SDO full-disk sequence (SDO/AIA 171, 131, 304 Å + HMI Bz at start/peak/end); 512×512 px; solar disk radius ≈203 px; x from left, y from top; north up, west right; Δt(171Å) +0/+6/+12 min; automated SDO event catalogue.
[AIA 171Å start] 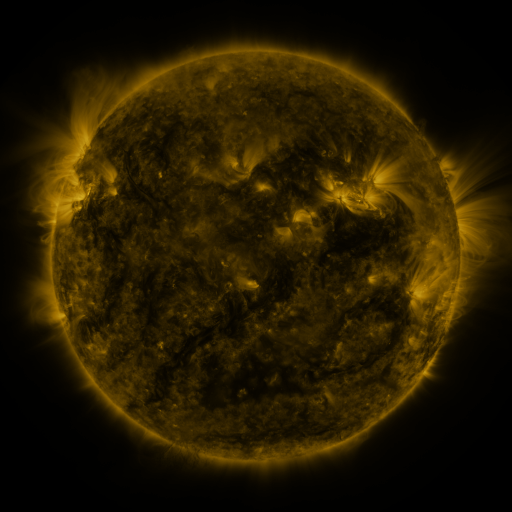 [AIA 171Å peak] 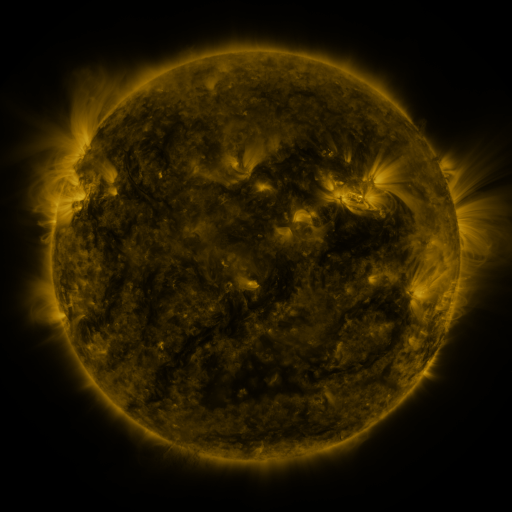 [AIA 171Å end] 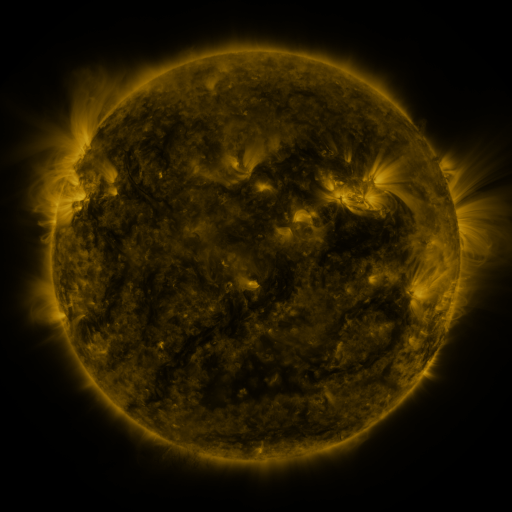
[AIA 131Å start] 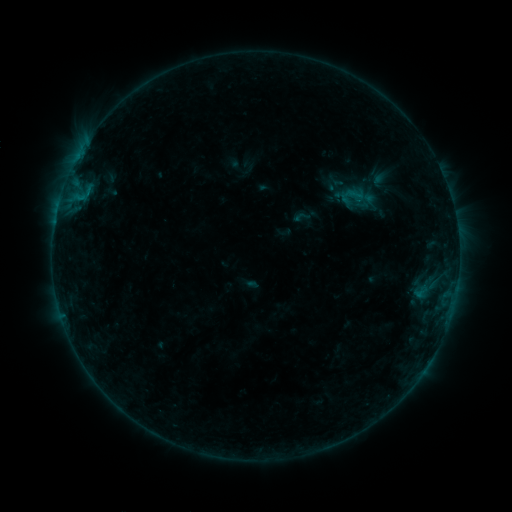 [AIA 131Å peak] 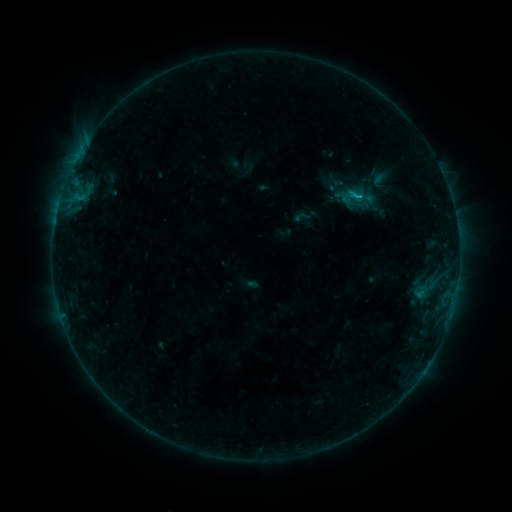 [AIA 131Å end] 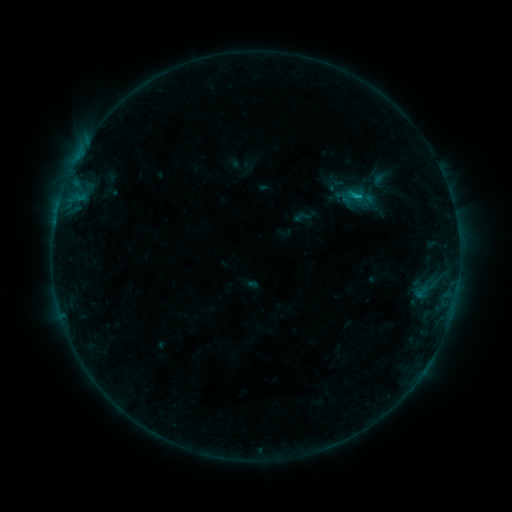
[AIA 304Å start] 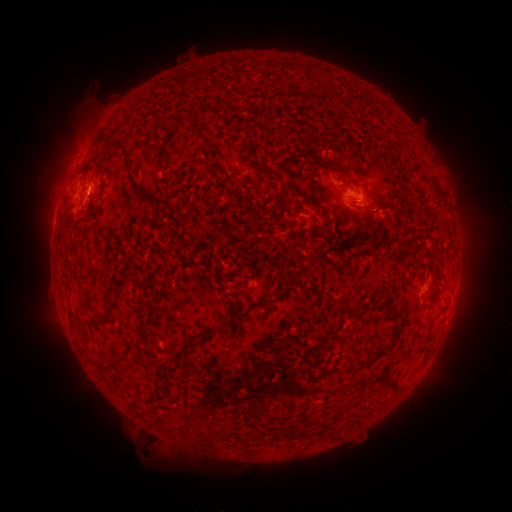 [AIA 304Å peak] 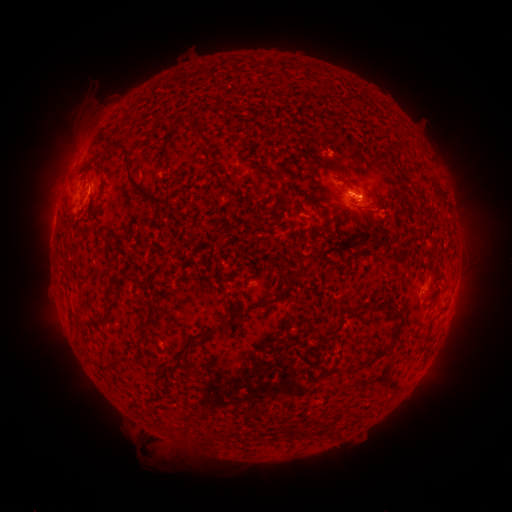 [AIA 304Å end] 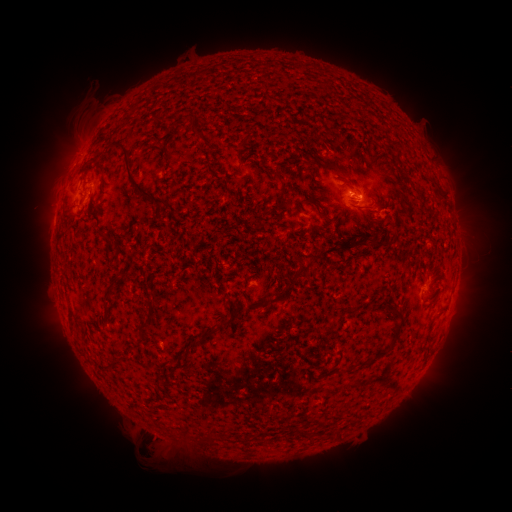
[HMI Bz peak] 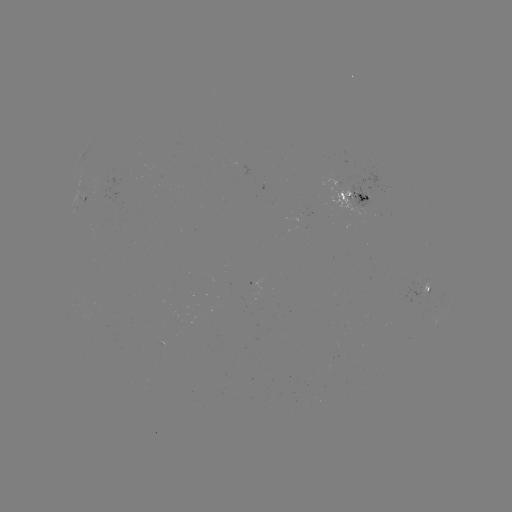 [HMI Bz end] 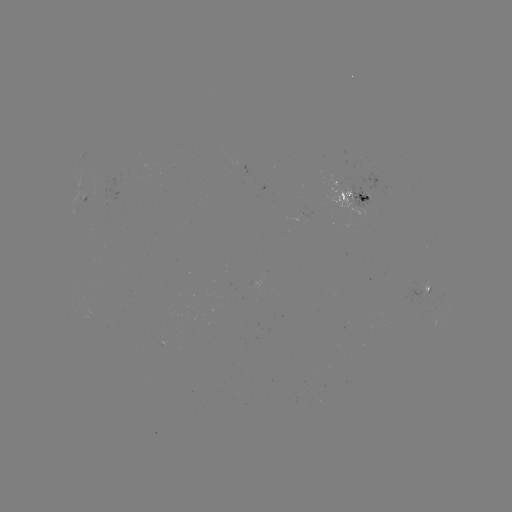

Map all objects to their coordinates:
B6.5 flare: (358, 197)
